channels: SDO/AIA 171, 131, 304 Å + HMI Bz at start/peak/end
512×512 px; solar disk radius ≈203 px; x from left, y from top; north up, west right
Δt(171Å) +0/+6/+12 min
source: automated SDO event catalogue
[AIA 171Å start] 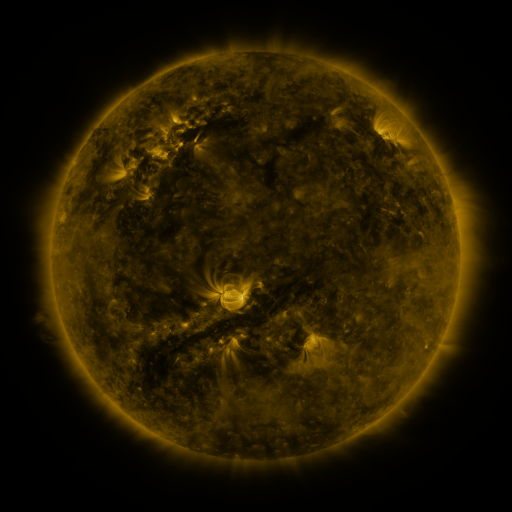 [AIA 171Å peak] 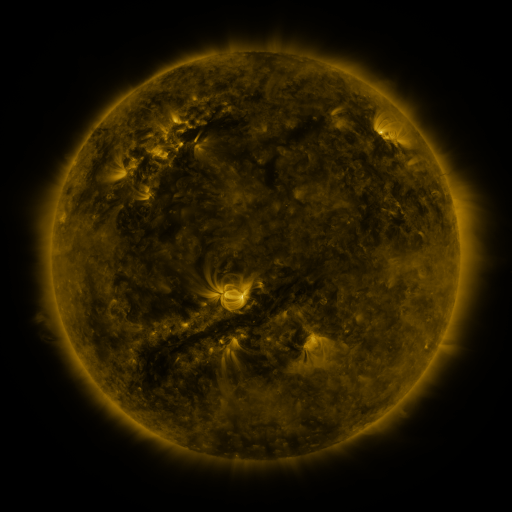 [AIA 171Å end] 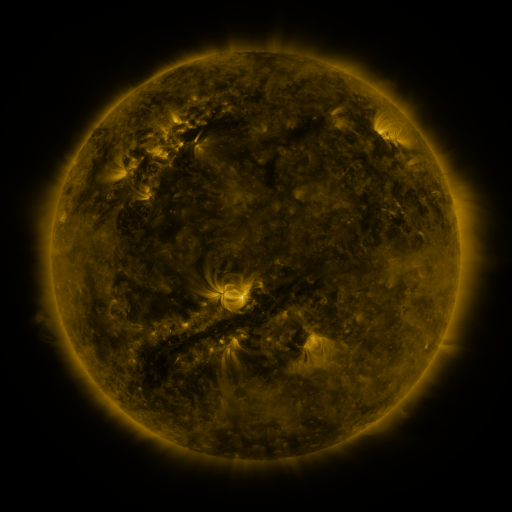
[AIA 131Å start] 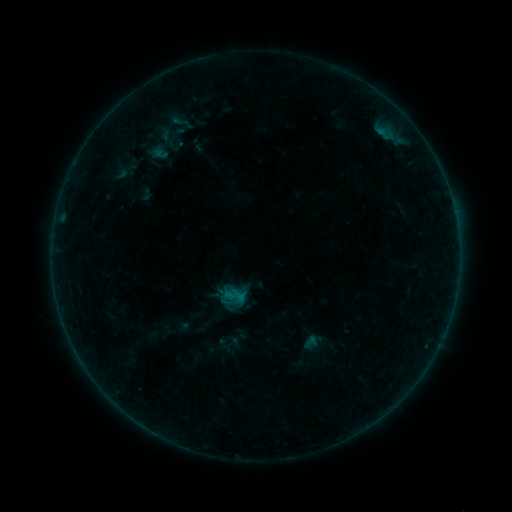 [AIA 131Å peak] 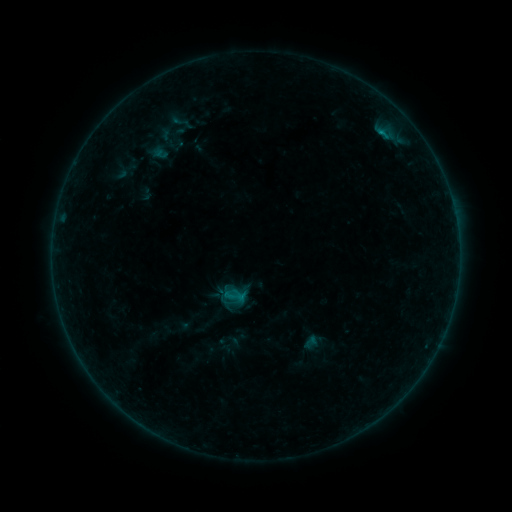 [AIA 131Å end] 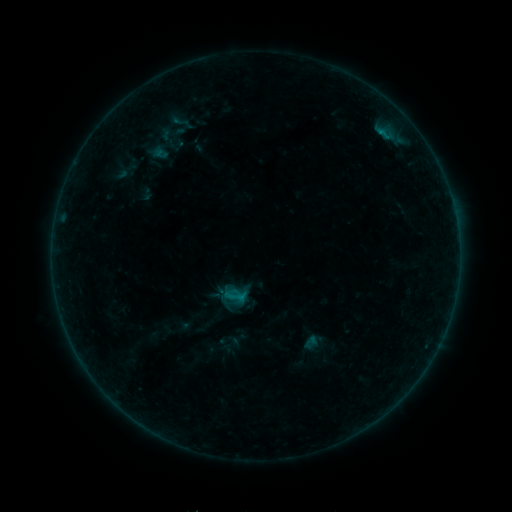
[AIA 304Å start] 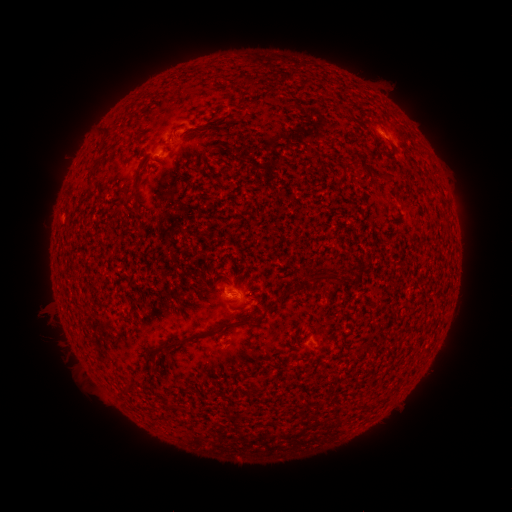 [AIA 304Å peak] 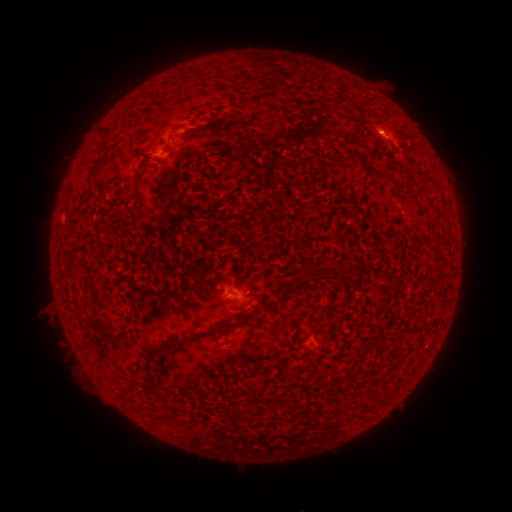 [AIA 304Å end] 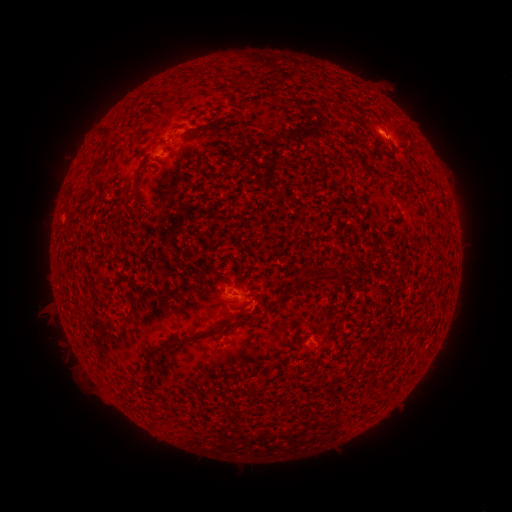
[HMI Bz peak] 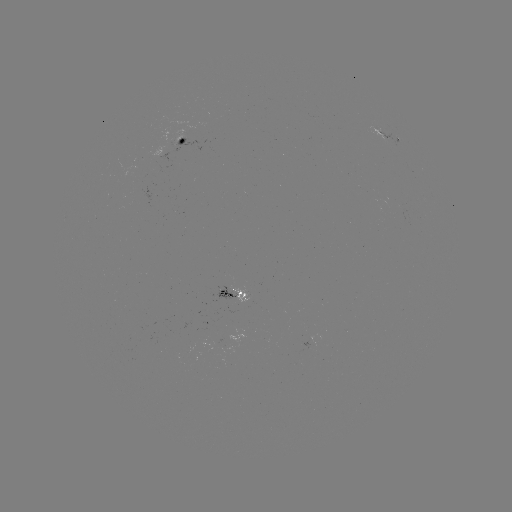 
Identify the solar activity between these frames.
B2.9 flare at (381, 133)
